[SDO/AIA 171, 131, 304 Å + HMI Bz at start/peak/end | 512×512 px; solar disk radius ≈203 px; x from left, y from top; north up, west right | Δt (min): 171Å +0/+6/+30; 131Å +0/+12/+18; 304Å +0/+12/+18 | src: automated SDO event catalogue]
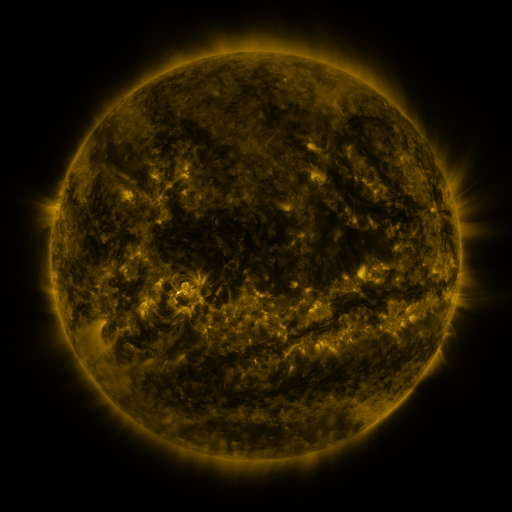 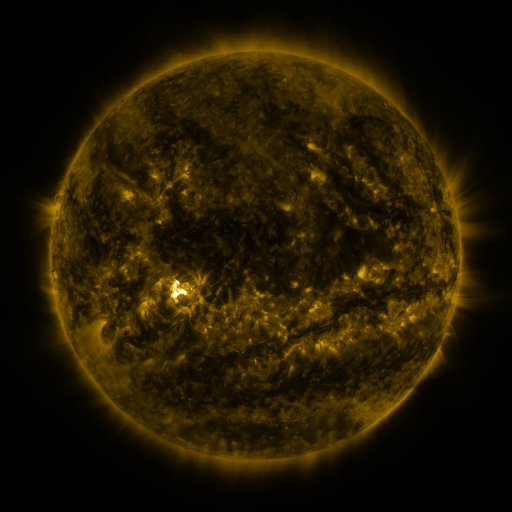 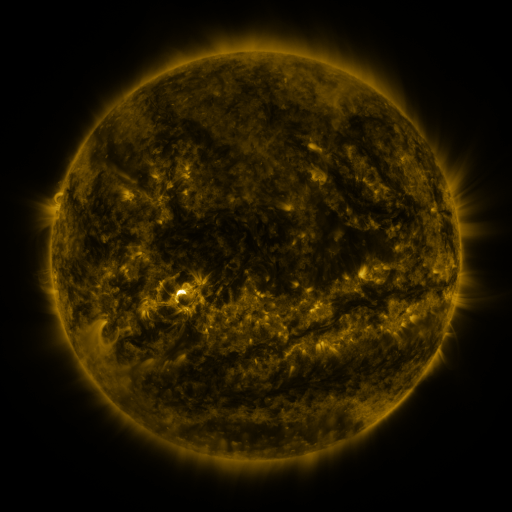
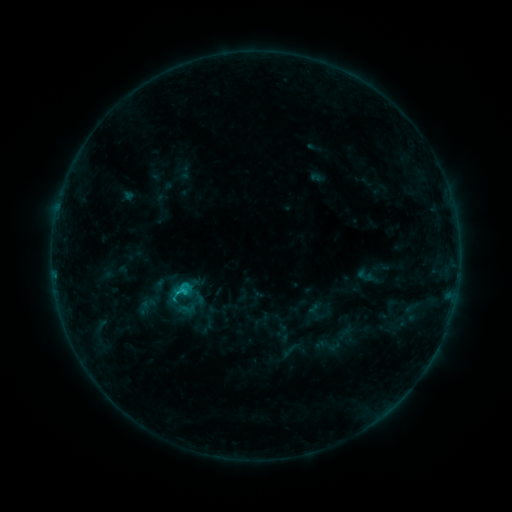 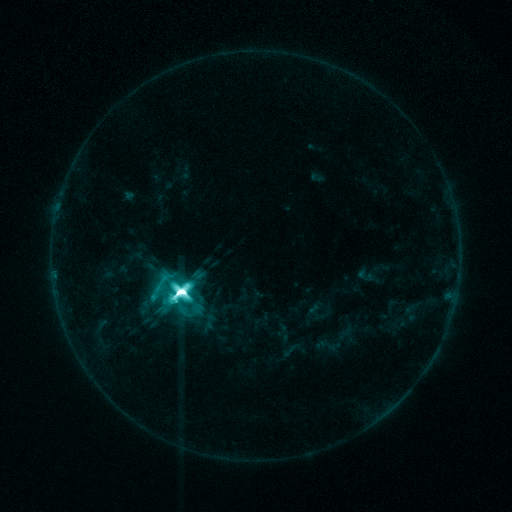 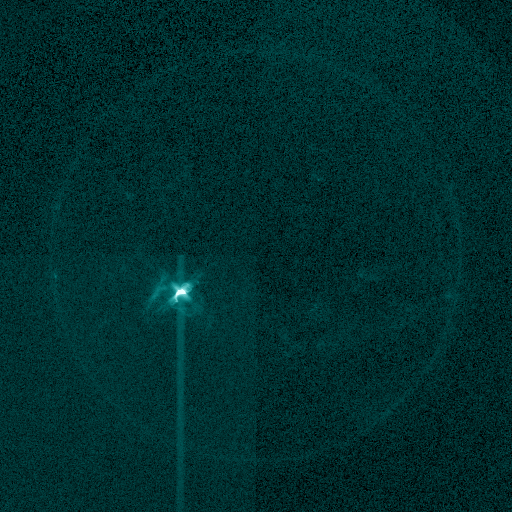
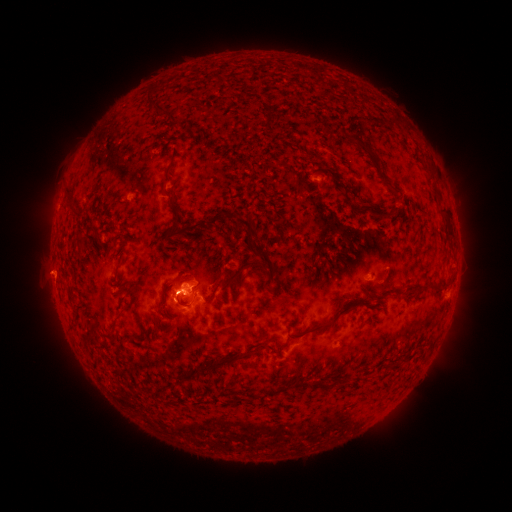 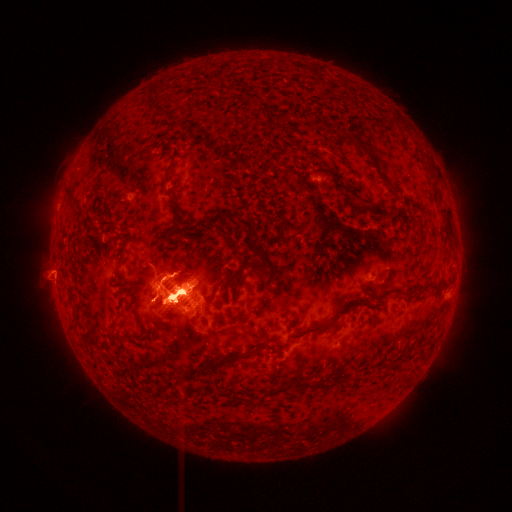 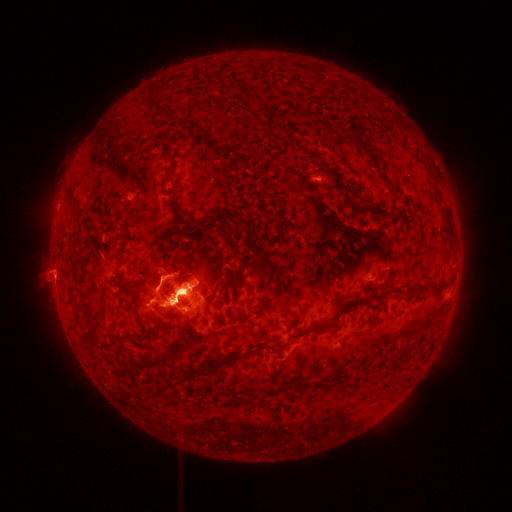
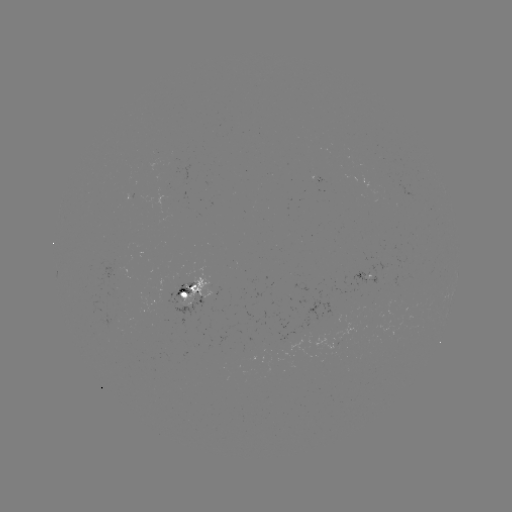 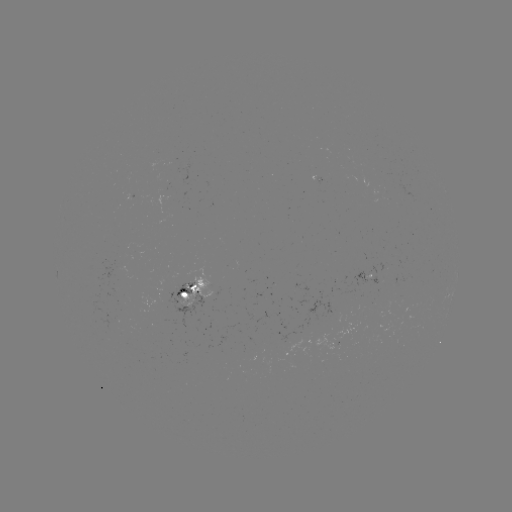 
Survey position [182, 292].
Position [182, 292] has X2.1 flare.